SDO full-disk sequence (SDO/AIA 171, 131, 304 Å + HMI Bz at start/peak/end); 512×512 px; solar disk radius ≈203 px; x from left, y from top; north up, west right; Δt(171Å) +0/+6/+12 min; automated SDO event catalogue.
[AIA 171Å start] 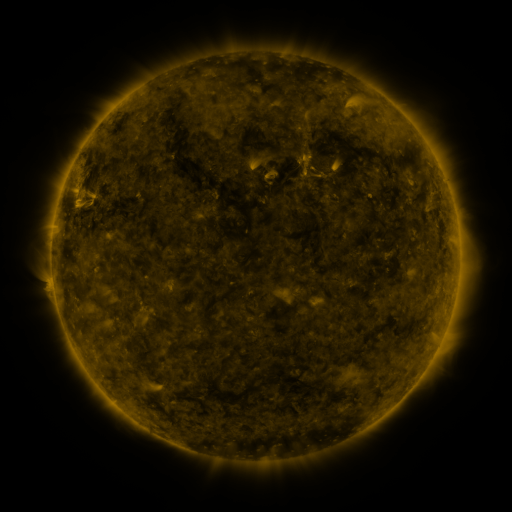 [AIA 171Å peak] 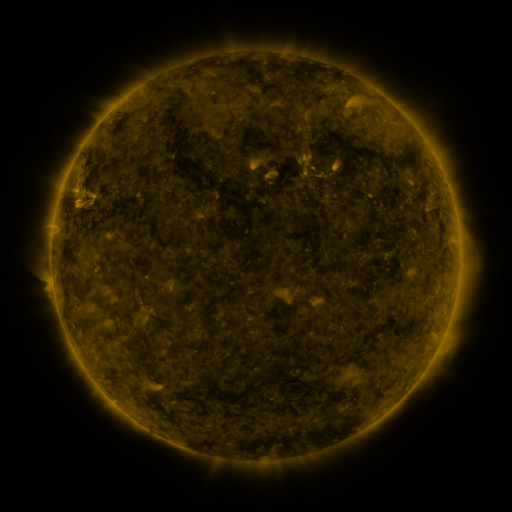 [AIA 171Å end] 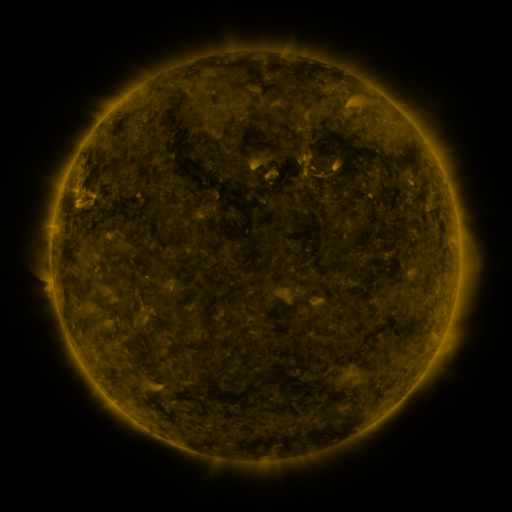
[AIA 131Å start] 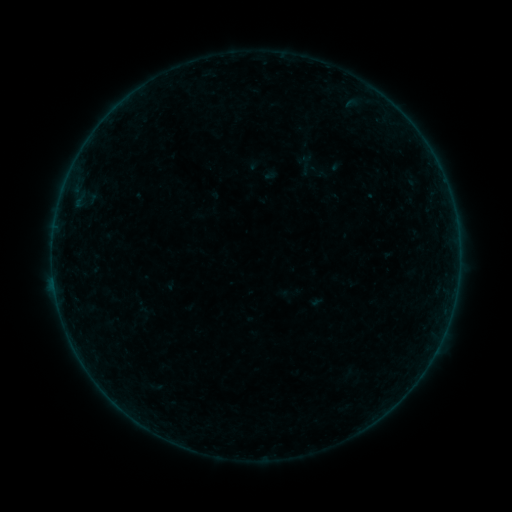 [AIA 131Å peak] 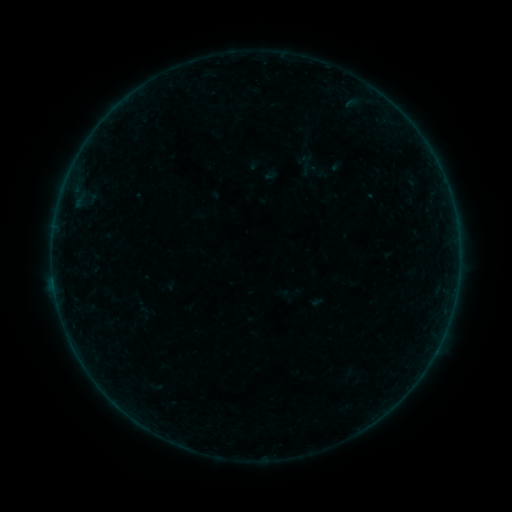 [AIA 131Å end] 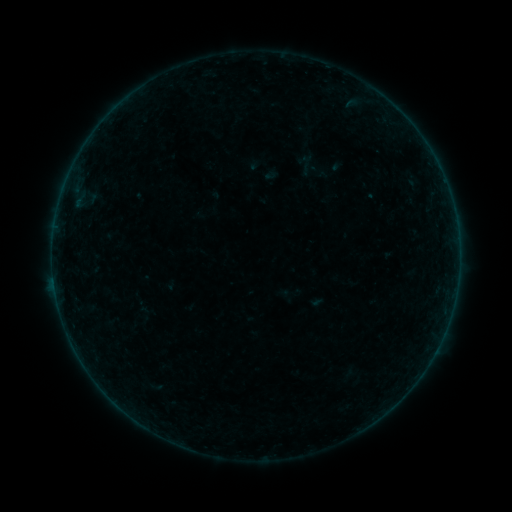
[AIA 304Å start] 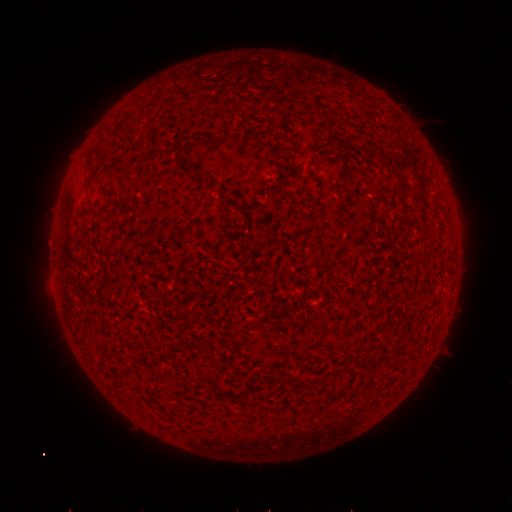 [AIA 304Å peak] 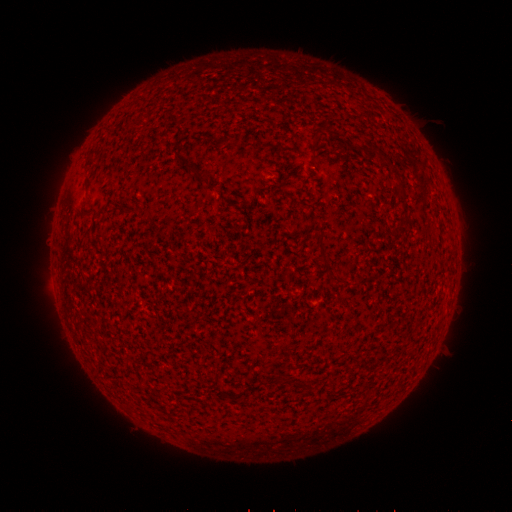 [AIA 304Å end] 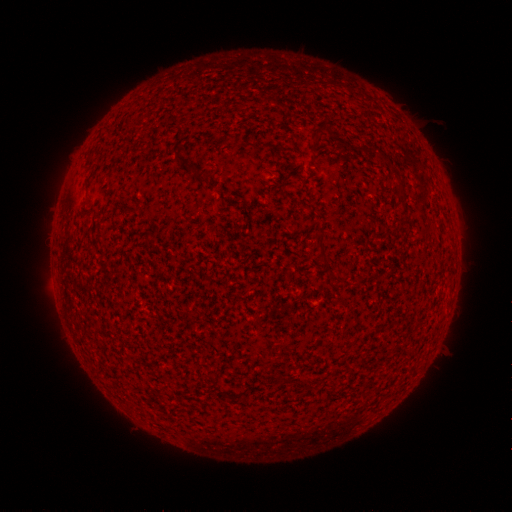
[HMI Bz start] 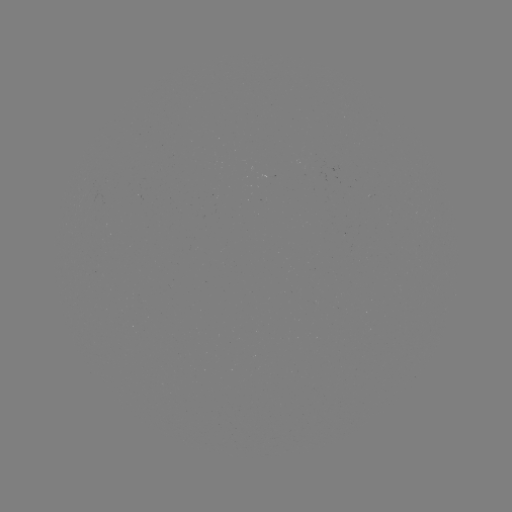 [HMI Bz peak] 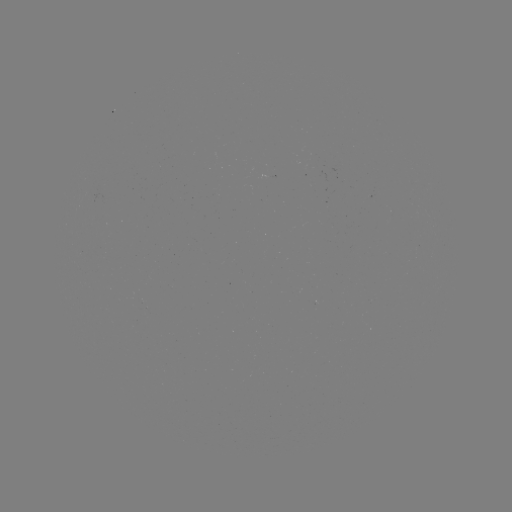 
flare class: B2.0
